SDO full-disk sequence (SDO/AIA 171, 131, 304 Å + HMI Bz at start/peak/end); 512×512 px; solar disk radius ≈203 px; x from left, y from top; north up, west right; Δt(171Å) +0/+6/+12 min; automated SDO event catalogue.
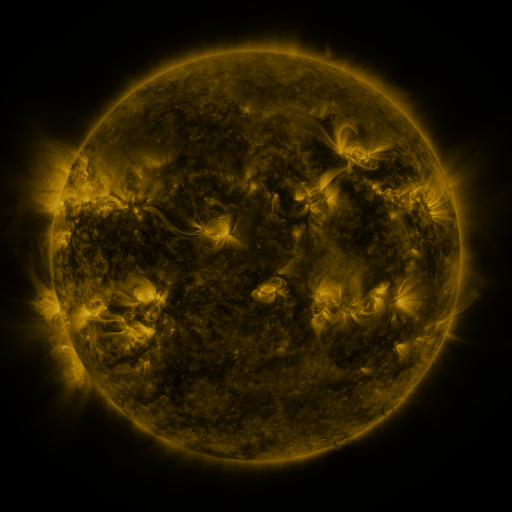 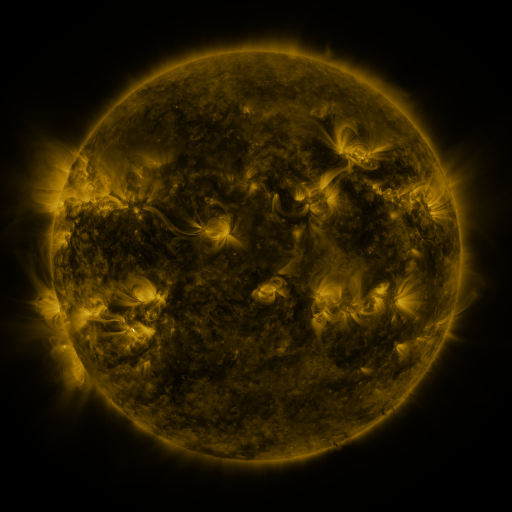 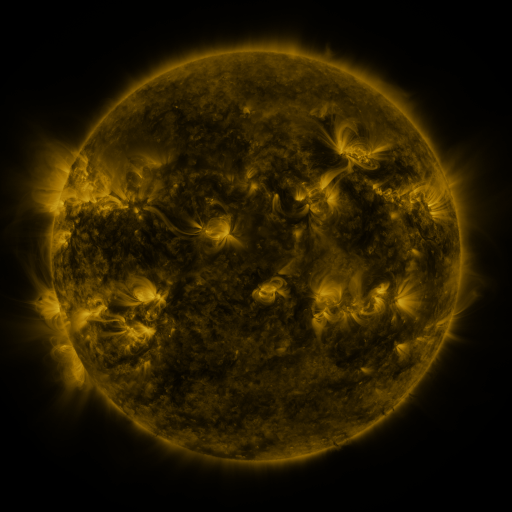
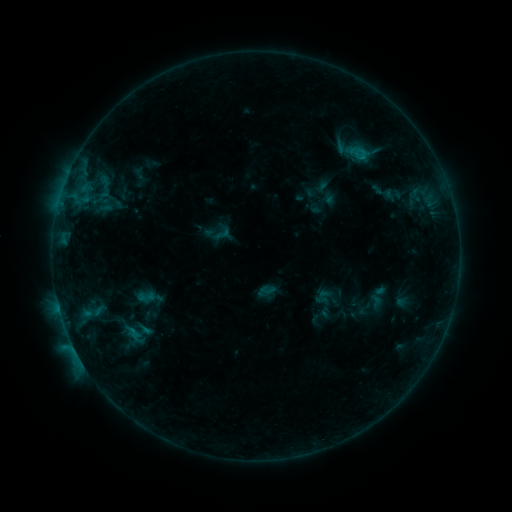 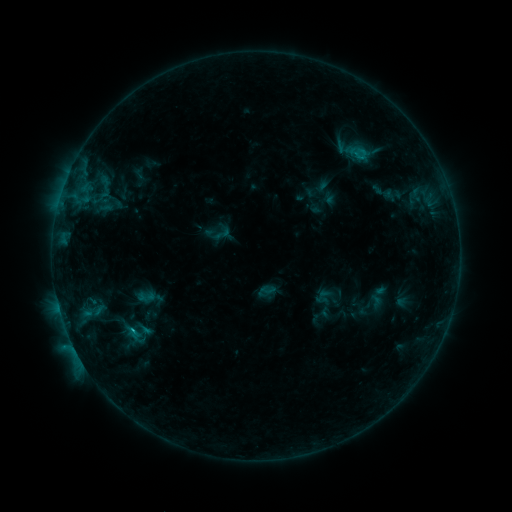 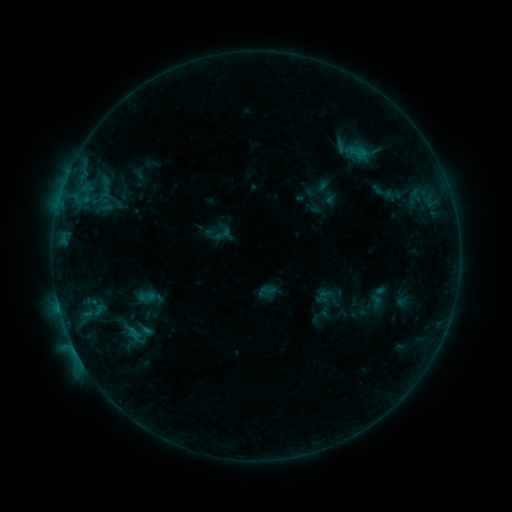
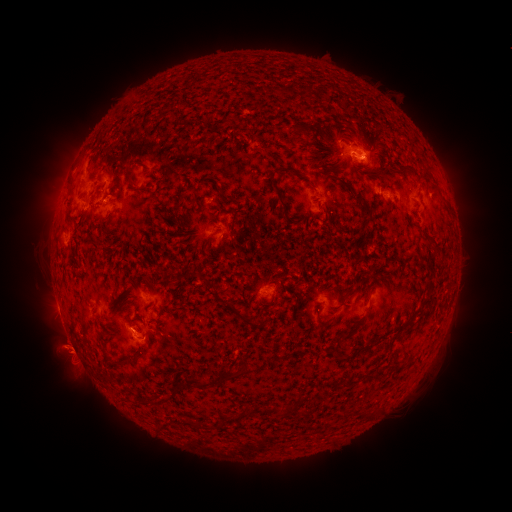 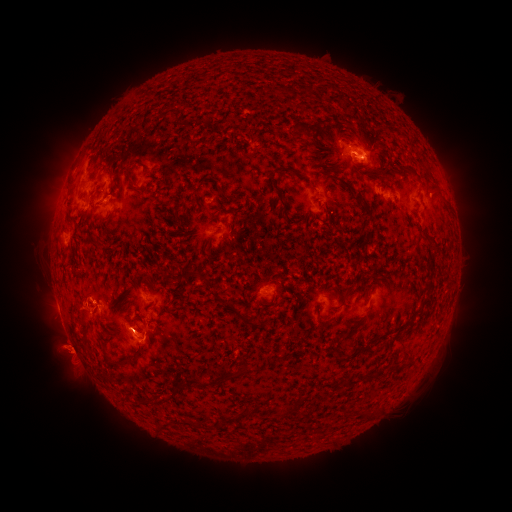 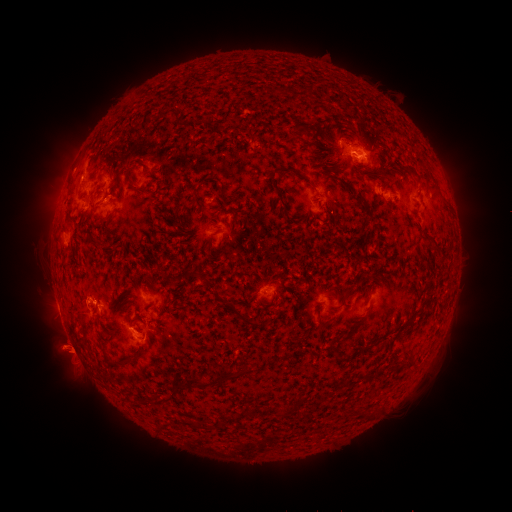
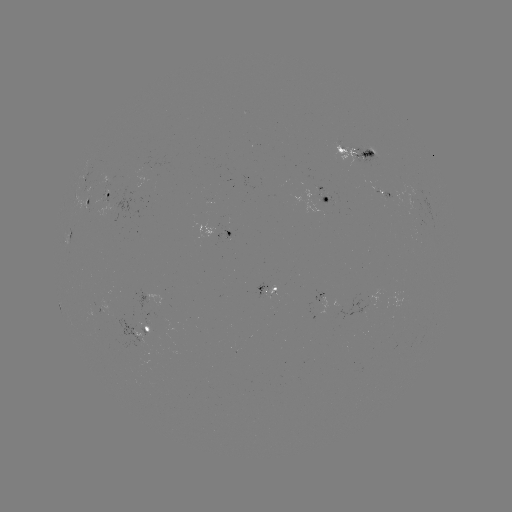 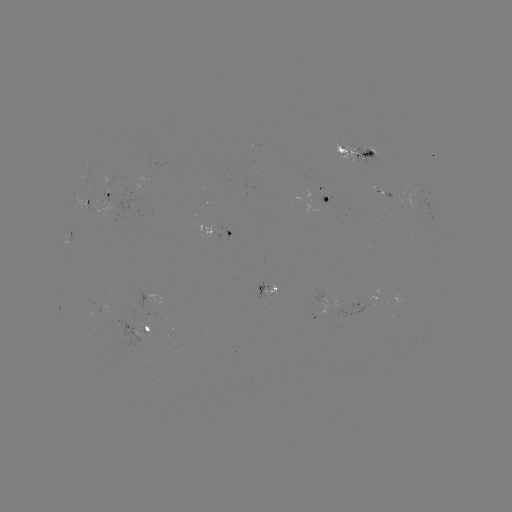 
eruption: [60, 281, 102, 334]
